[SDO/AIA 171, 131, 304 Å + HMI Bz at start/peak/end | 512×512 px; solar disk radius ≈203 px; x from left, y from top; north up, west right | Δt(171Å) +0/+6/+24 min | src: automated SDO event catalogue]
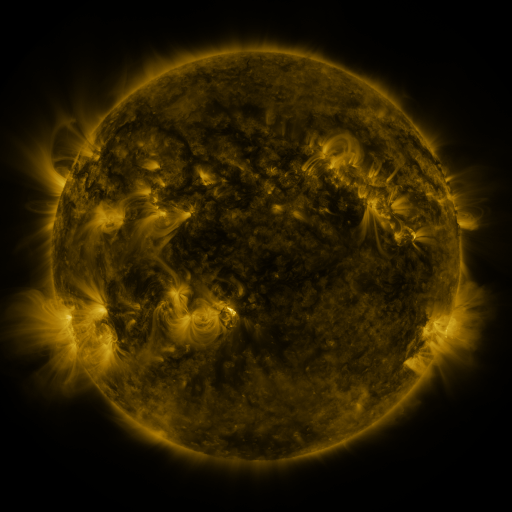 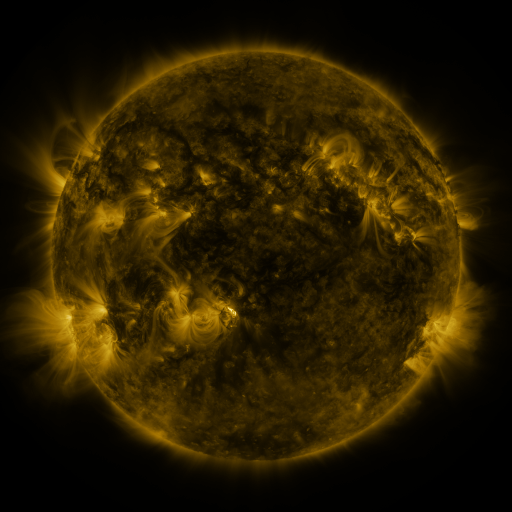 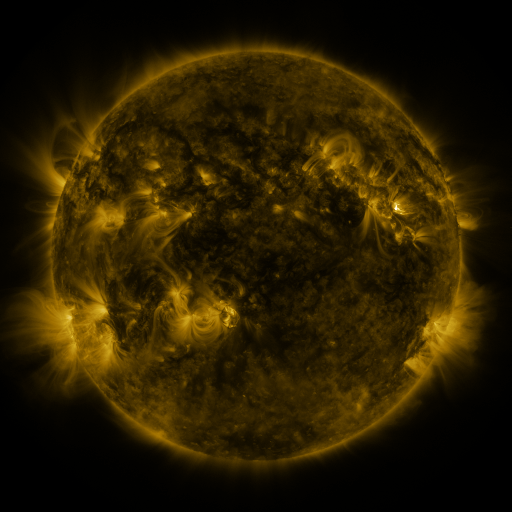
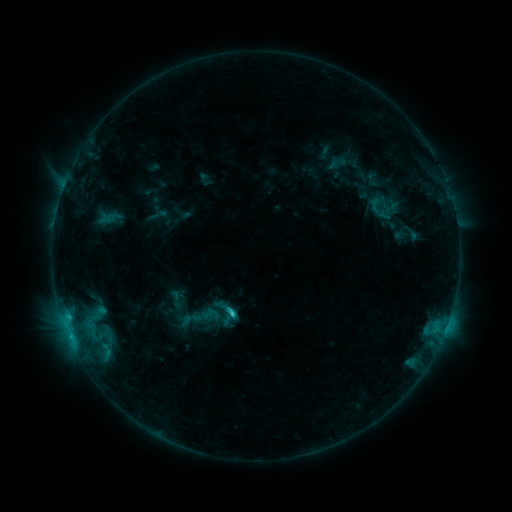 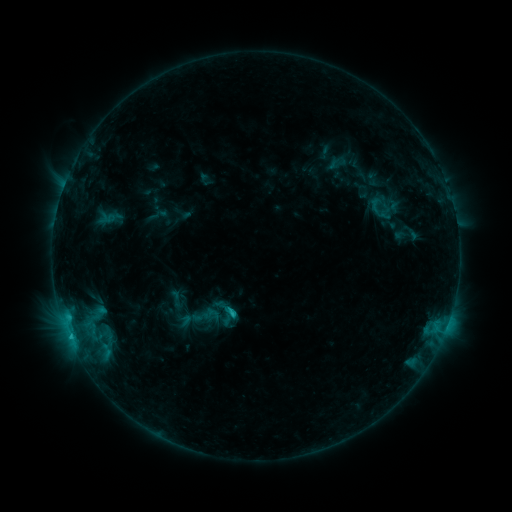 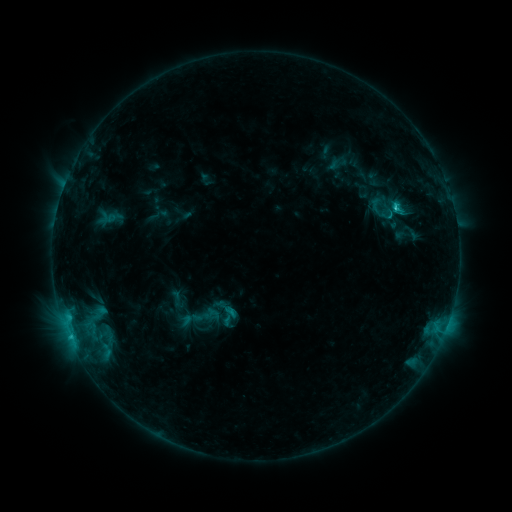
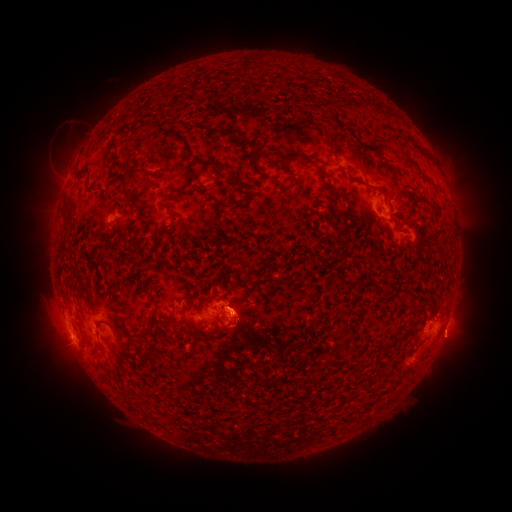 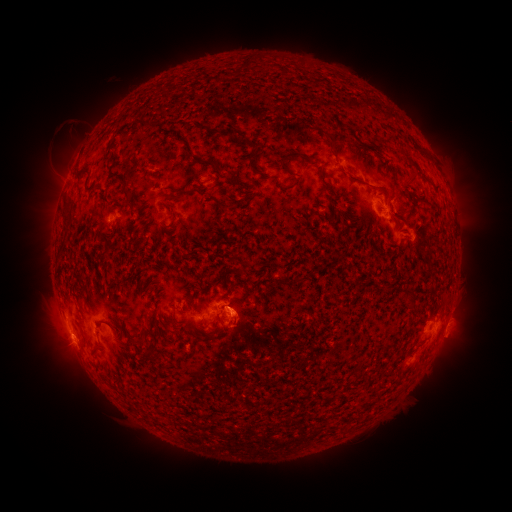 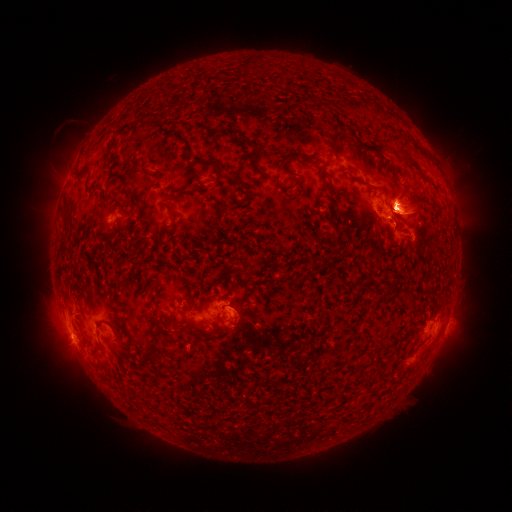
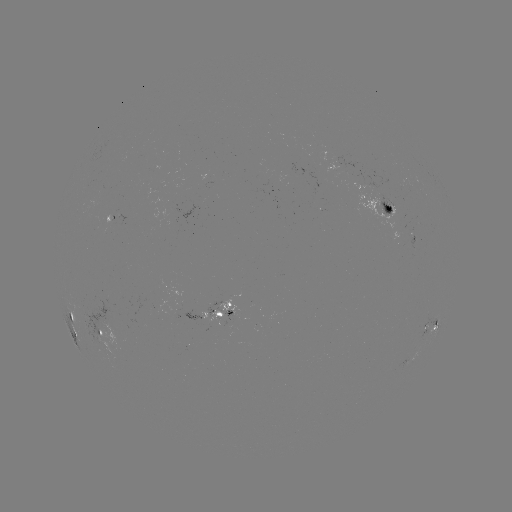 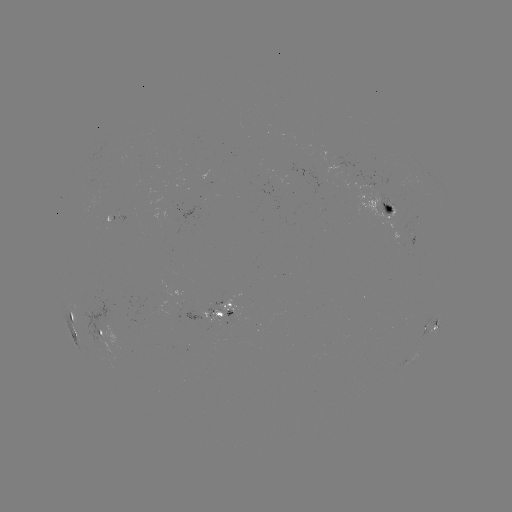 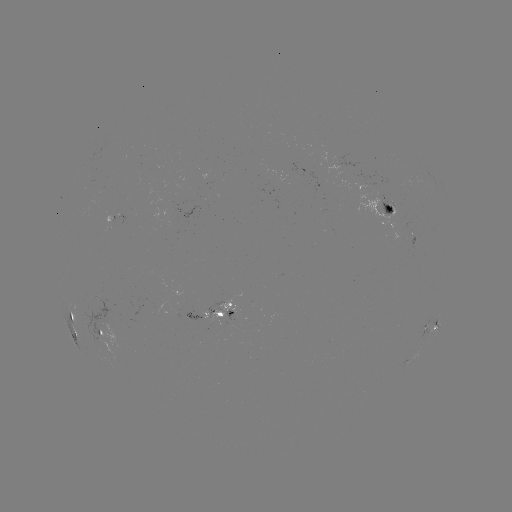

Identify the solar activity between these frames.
C2.3 flare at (70, 334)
